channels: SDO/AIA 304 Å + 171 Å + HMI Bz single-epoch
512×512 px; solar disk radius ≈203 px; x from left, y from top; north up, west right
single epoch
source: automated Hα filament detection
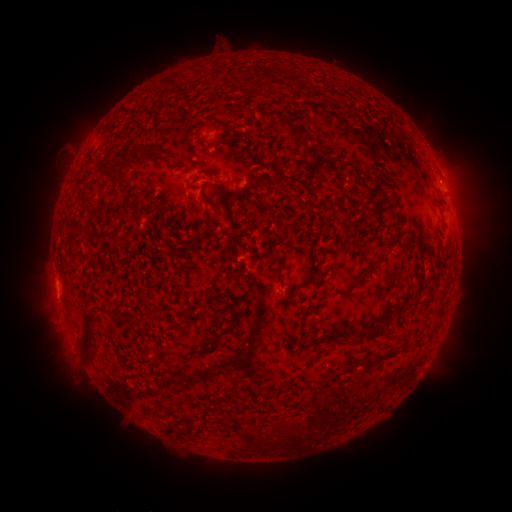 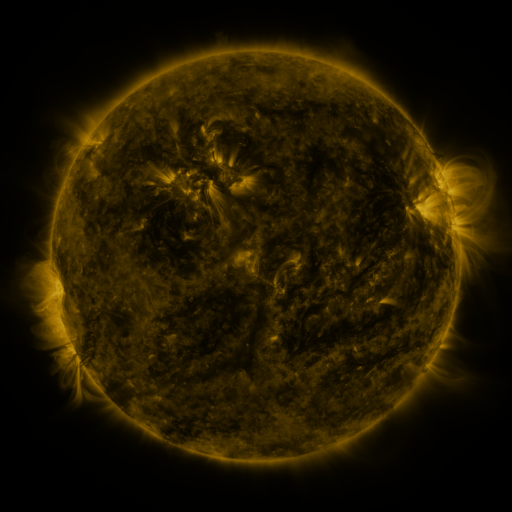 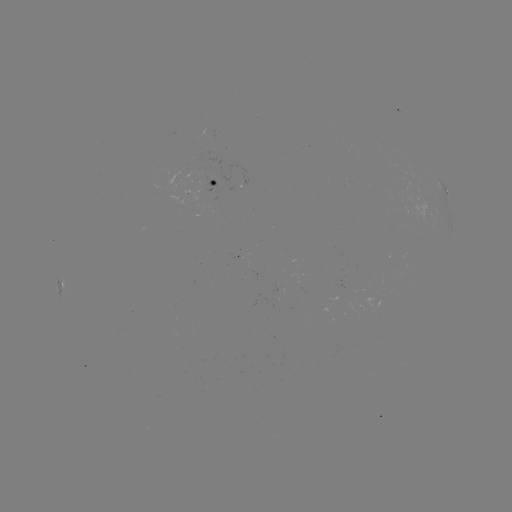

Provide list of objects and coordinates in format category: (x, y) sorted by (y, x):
filament: (294, 130)
filament: (139, 154)
filament: (158, 158)
filament: (207, 200)
filament: (370, 271)
filament: (308, 284)
filament: (323, 296)
filament: (401, 305)
filament: (88, 329)
filament: (332, 333)
filament: (373, 333)
filament: (198, 351)
filament: (245, 435)
